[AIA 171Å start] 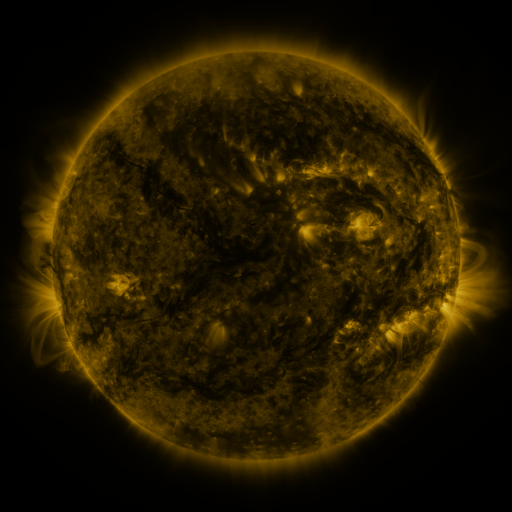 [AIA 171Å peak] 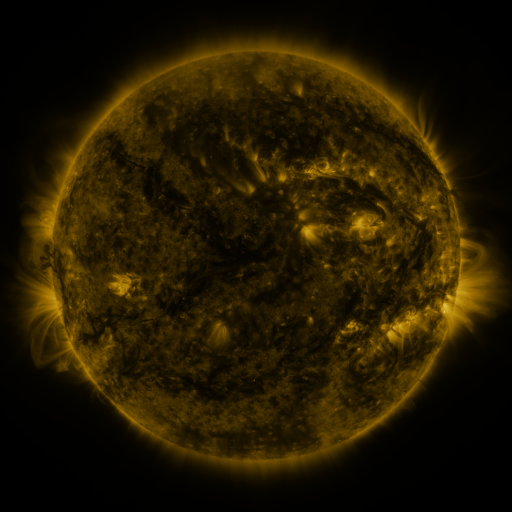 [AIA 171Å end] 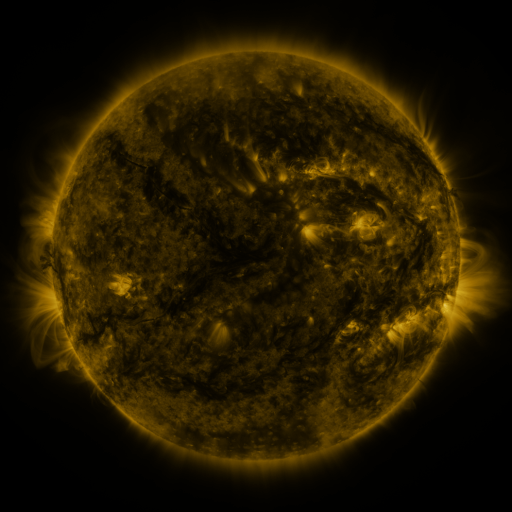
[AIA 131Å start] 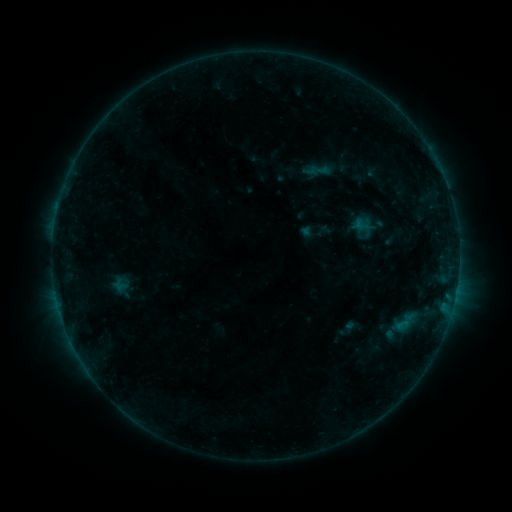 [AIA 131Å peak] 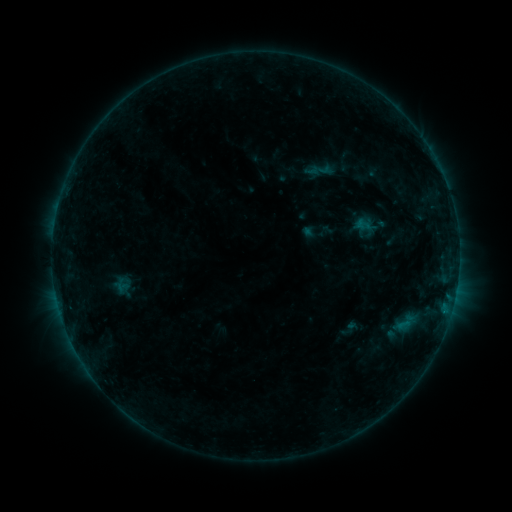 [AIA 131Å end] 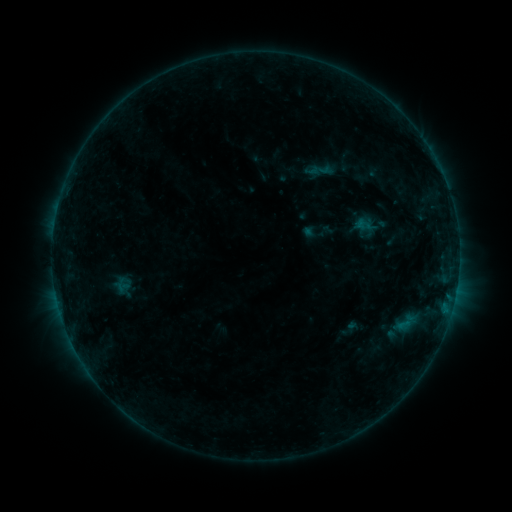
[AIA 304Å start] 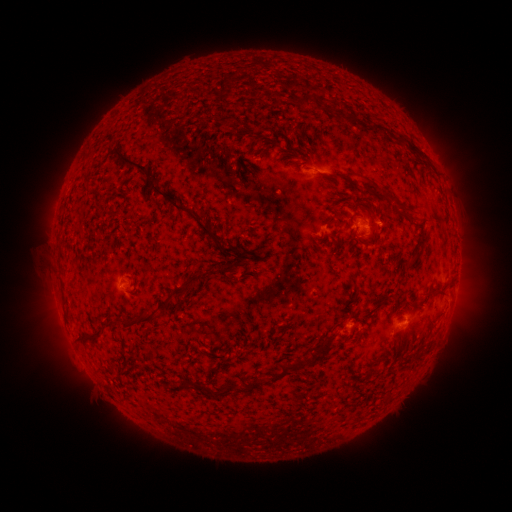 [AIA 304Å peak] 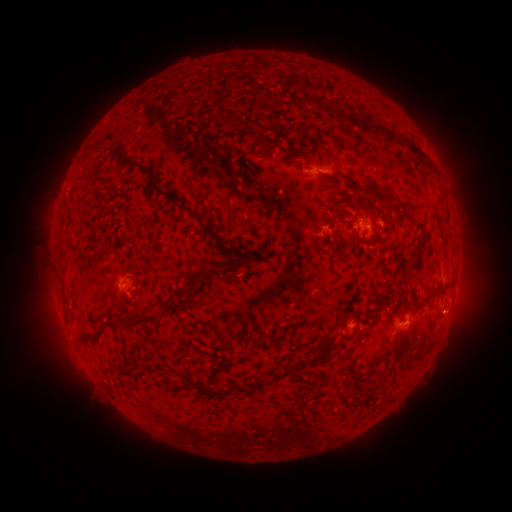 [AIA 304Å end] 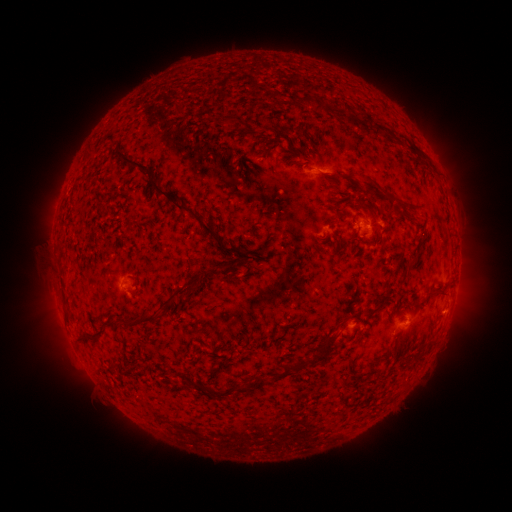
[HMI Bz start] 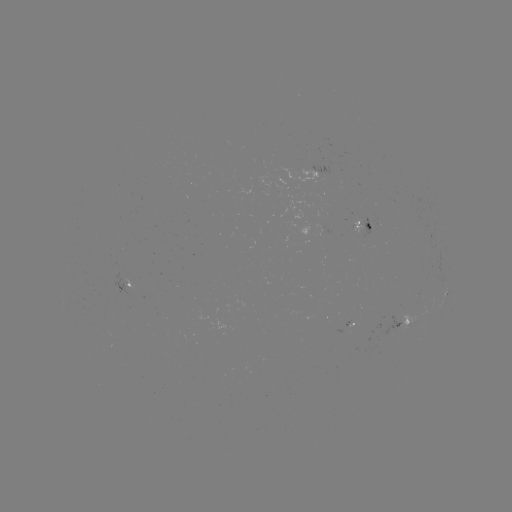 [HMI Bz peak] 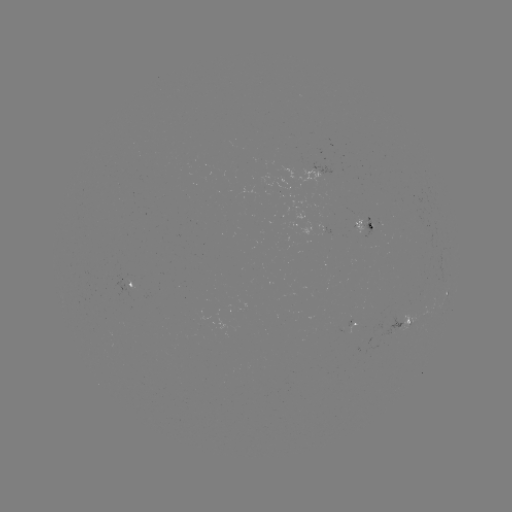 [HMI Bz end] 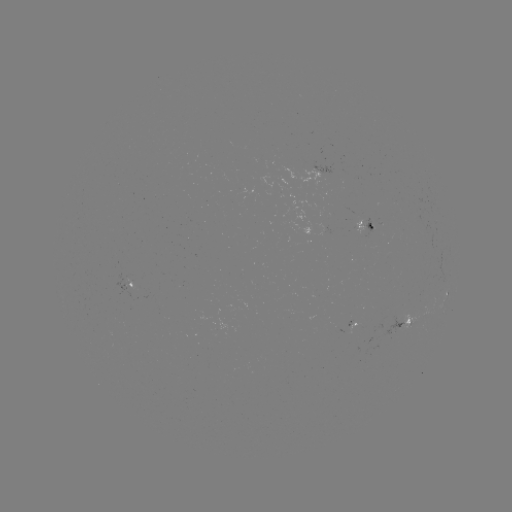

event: emerging-flux region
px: (325, 220)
